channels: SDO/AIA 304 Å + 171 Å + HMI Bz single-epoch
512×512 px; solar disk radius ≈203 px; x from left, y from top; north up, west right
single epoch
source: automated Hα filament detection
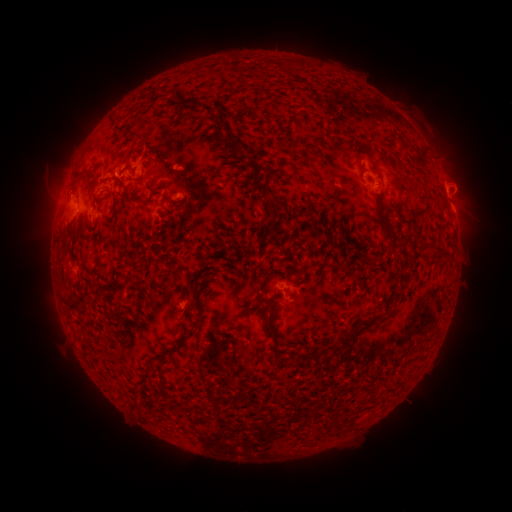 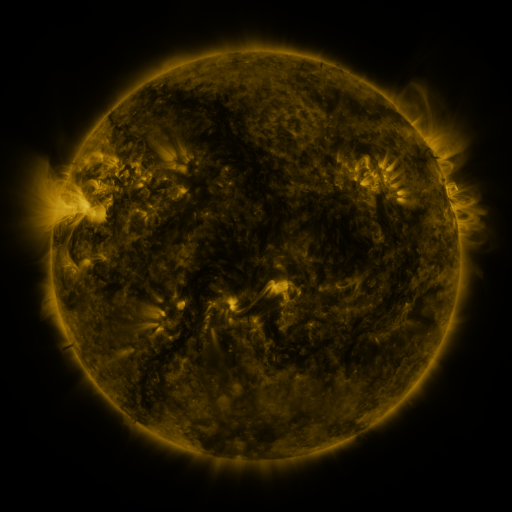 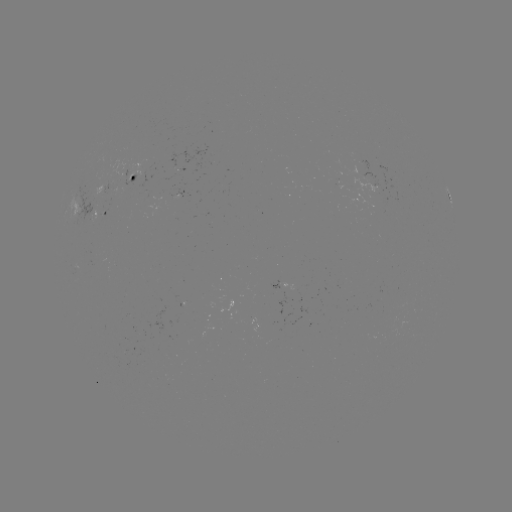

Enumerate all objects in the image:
filament: (136, 197)
filament: (369, 324)
filament: (344, 341)
filament: (274, 348)
filament: (326, 349)
filament: (312, 356)
